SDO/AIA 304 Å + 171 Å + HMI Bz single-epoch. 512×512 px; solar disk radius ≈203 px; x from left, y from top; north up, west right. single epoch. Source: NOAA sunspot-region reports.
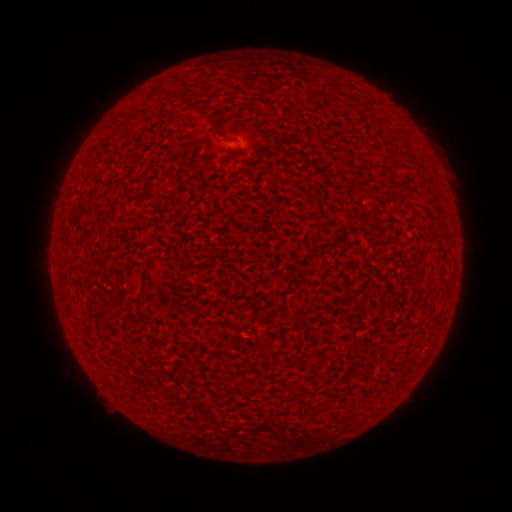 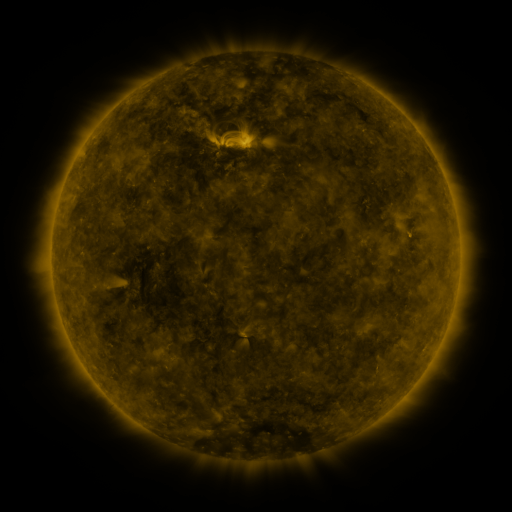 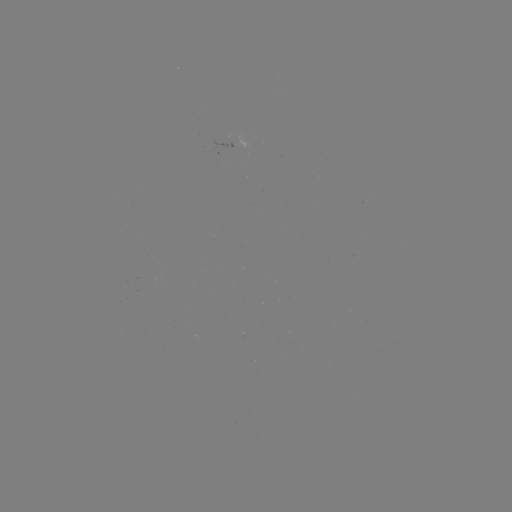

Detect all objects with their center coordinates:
(none)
